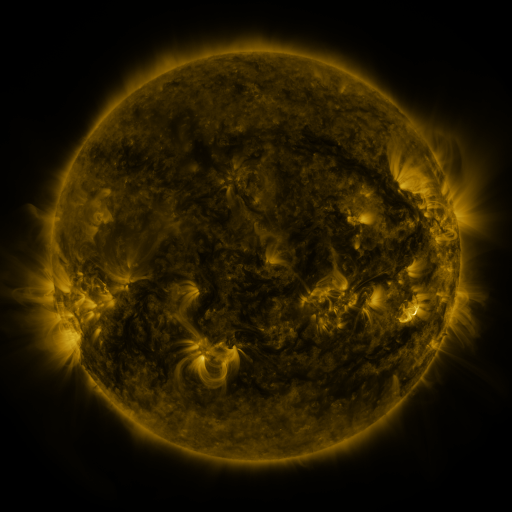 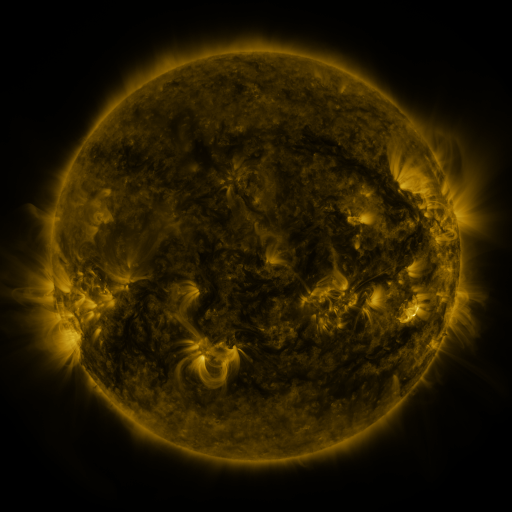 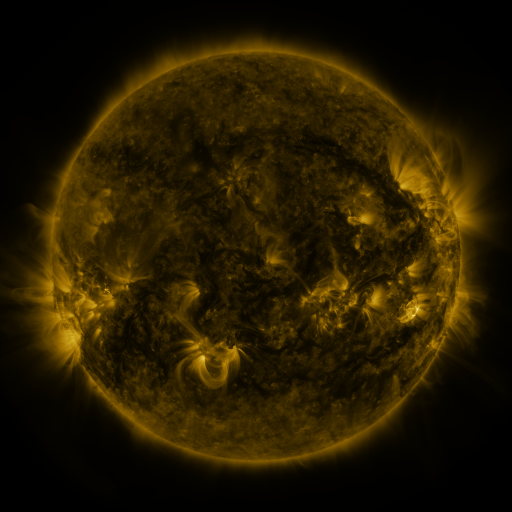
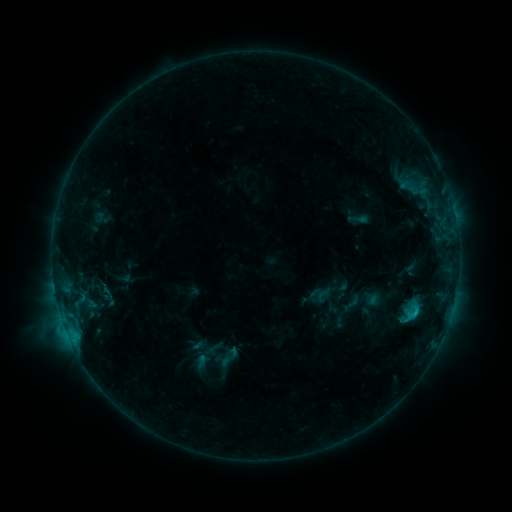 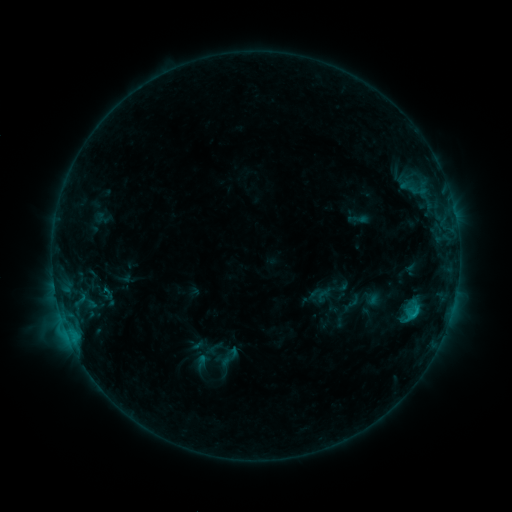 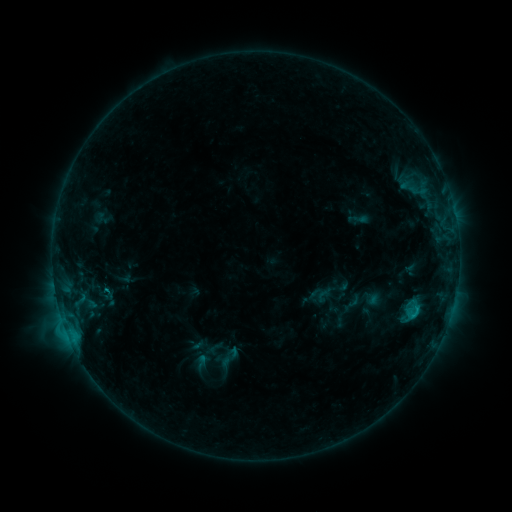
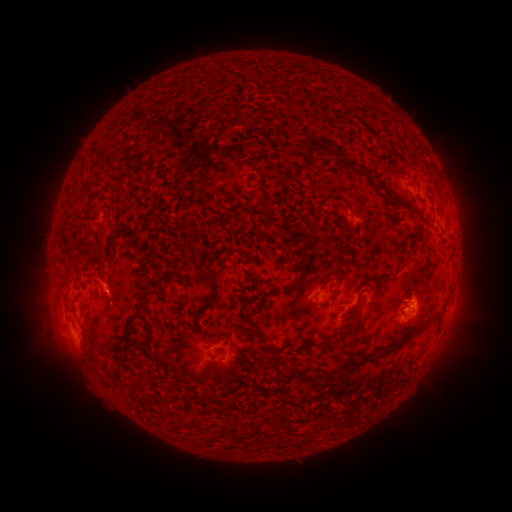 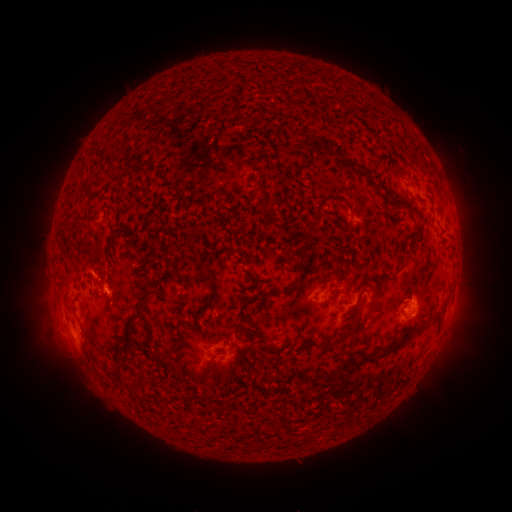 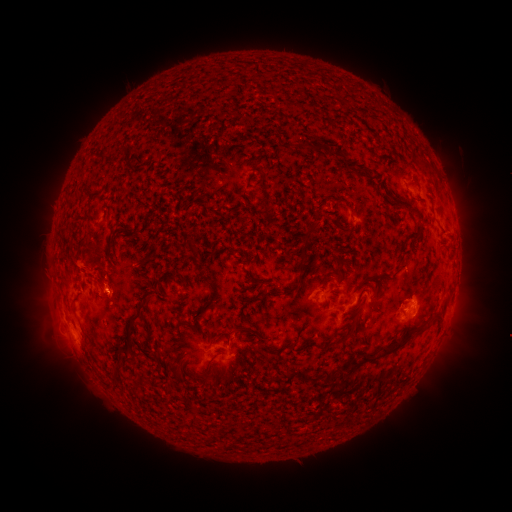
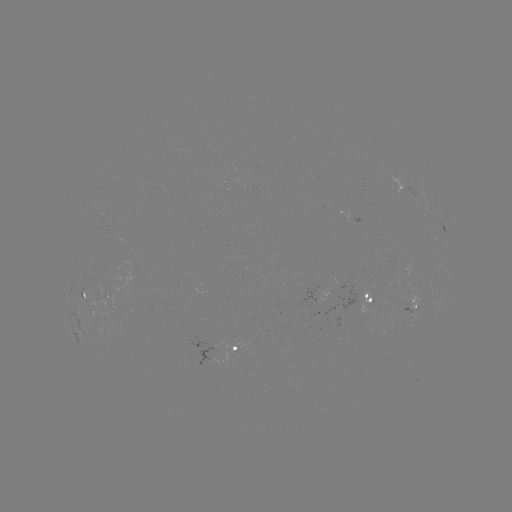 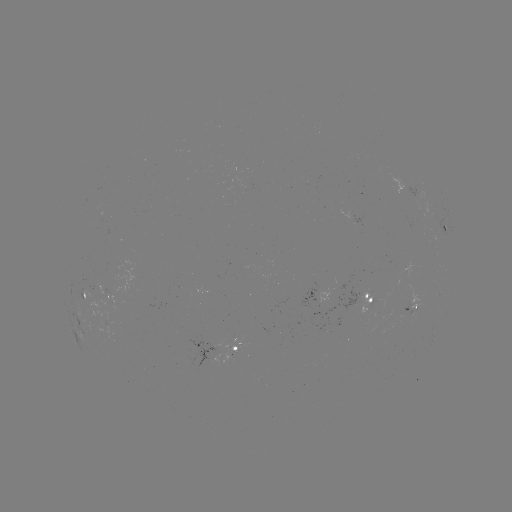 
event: eruption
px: (91, 264)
